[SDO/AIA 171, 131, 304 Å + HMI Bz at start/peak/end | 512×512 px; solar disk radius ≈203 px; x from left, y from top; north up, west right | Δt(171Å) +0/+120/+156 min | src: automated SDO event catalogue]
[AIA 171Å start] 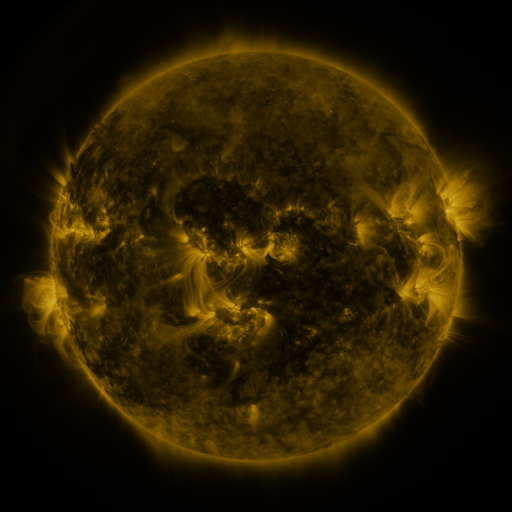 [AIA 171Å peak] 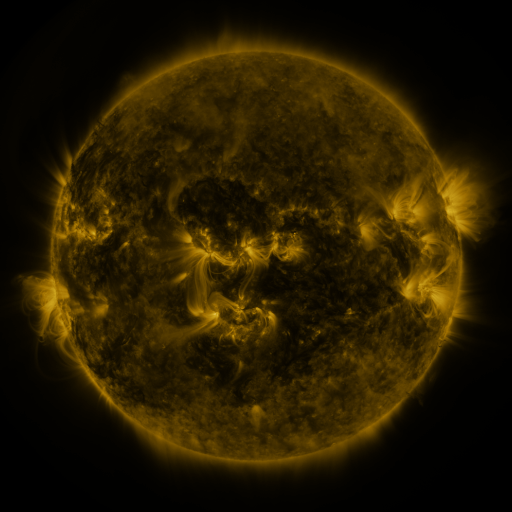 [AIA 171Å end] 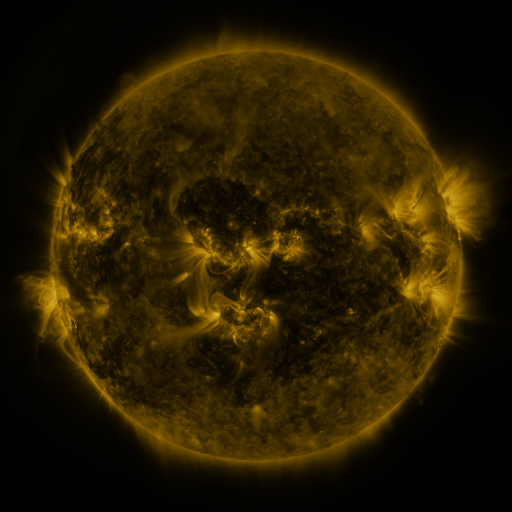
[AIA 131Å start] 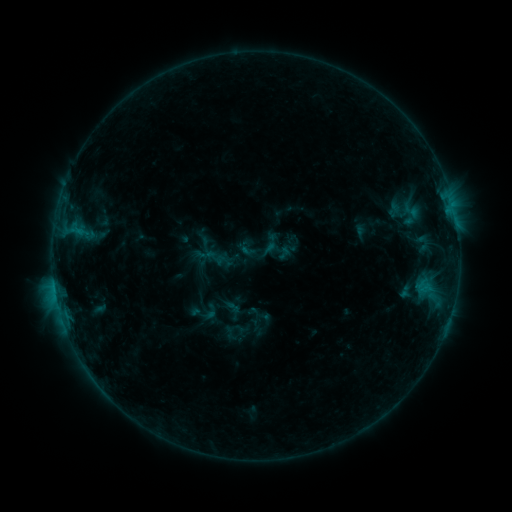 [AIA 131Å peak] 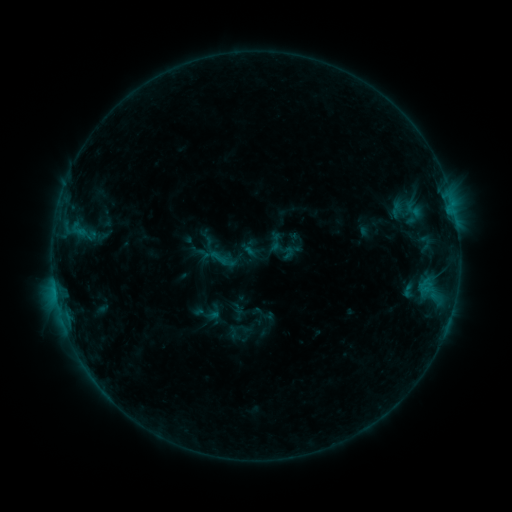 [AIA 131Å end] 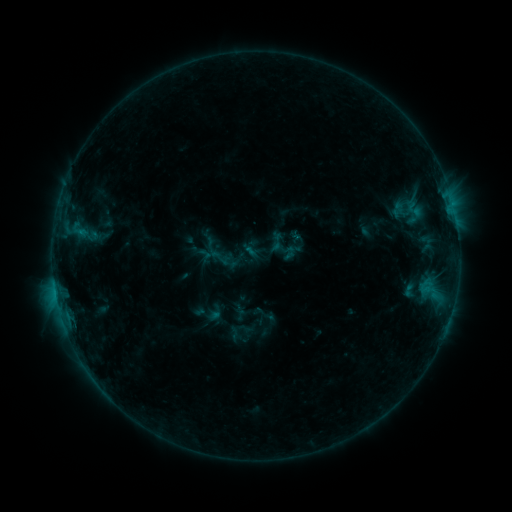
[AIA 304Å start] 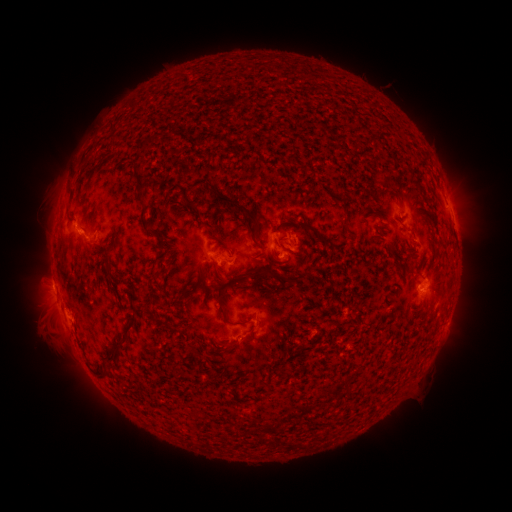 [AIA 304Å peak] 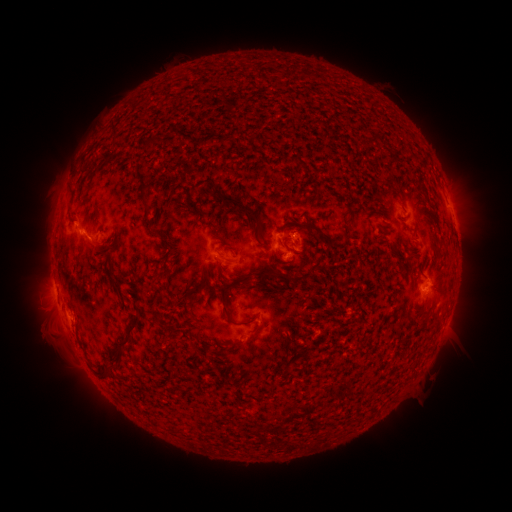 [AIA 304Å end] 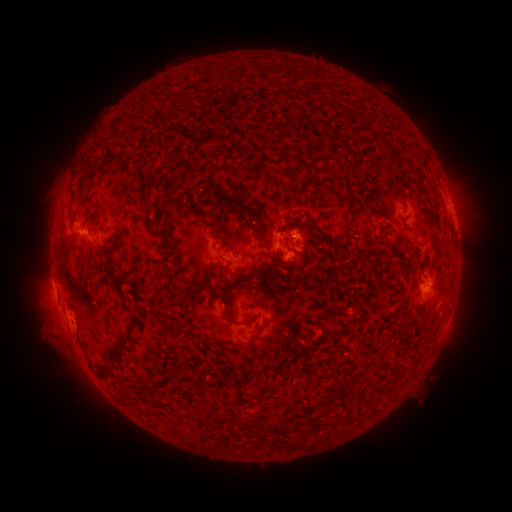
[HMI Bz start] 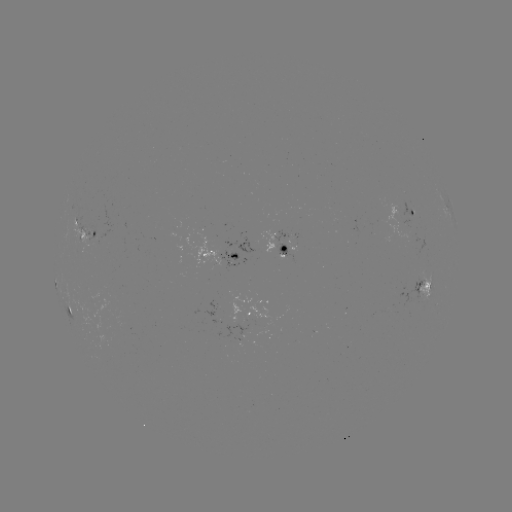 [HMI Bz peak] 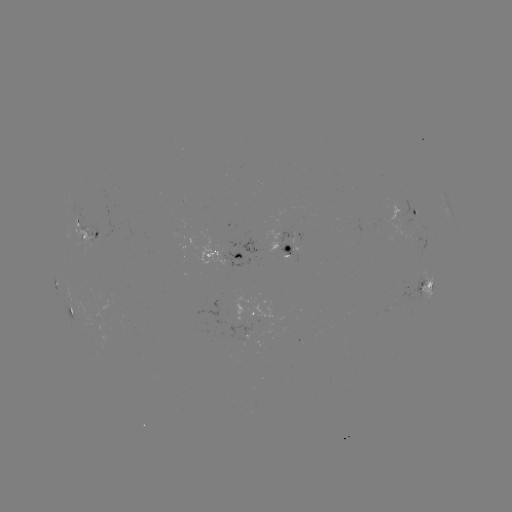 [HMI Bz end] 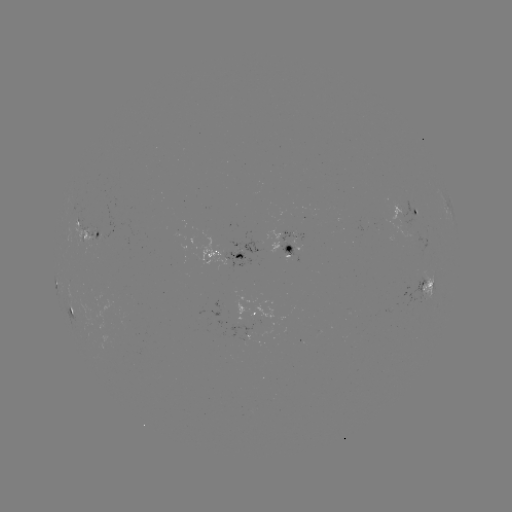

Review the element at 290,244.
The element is emerging-flux region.